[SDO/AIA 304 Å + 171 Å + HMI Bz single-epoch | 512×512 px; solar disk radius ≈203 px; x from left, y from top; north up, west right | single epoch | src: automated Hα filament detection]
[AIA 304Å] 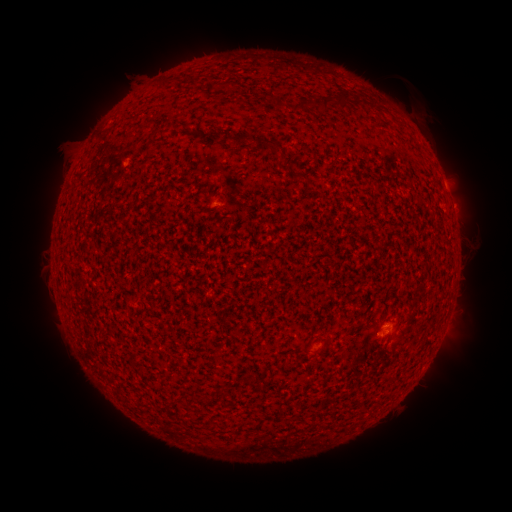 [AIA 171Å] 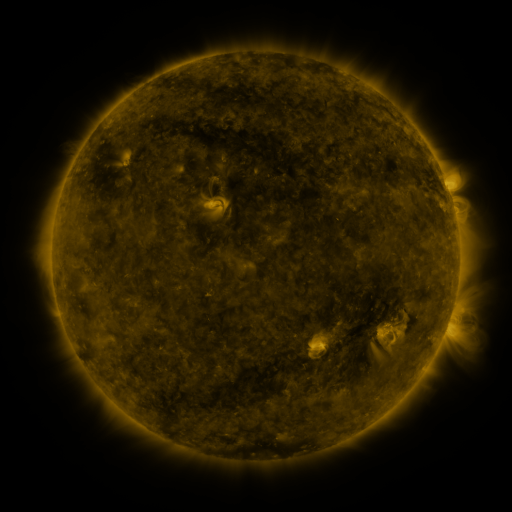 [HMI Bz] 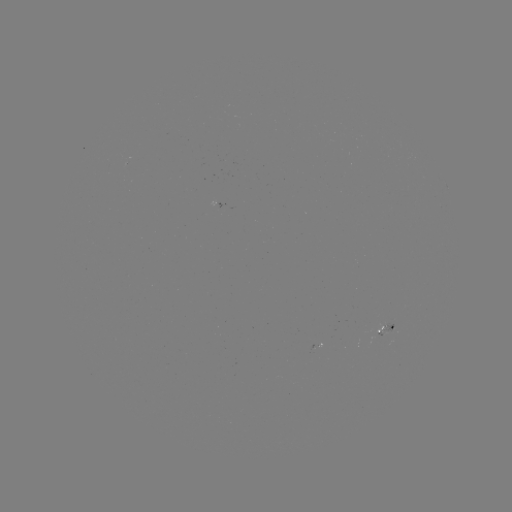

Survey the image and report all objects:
filament: (166, 83)
filament: (343, 99)
filament: (279, 101)
filament: (326, 102)
filament: (303, 105)
filament: (234, 138)
filament: (261, 144)
filament: (272, 145)
filament: (302, 175)
